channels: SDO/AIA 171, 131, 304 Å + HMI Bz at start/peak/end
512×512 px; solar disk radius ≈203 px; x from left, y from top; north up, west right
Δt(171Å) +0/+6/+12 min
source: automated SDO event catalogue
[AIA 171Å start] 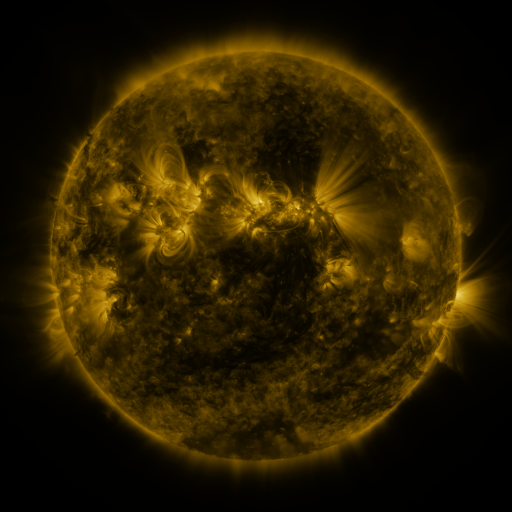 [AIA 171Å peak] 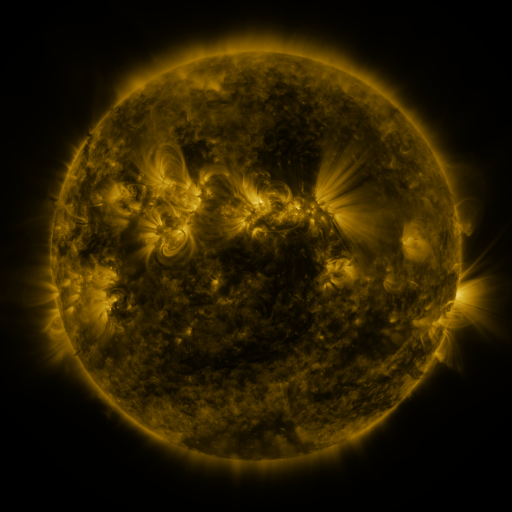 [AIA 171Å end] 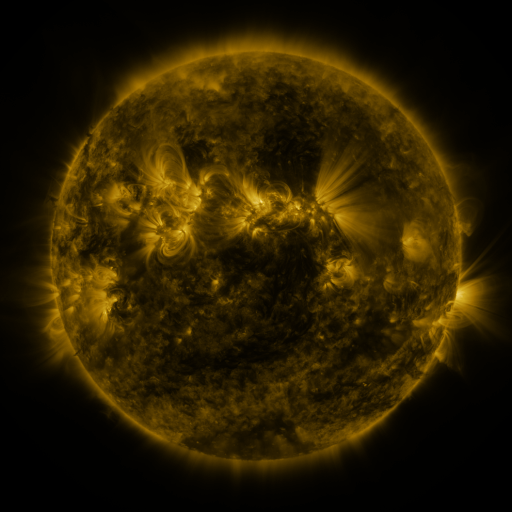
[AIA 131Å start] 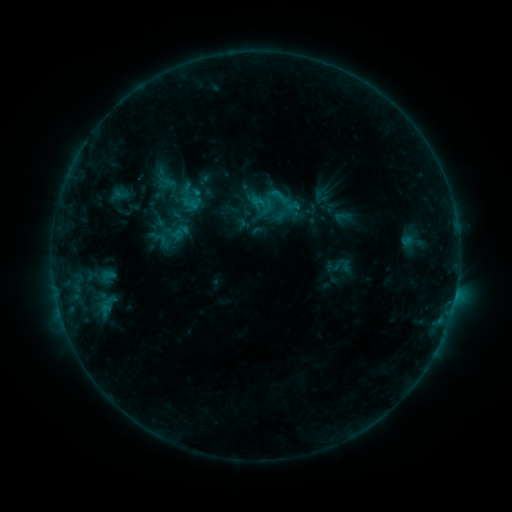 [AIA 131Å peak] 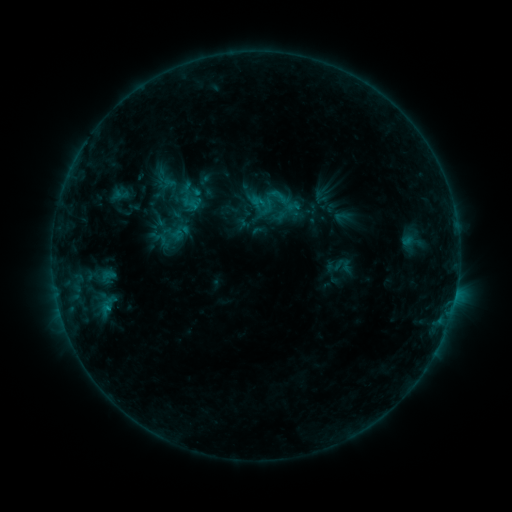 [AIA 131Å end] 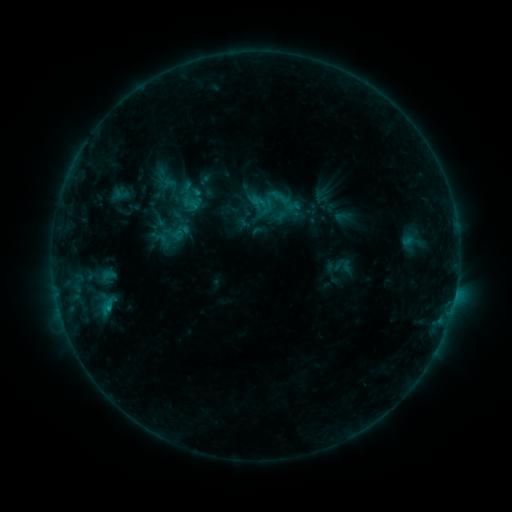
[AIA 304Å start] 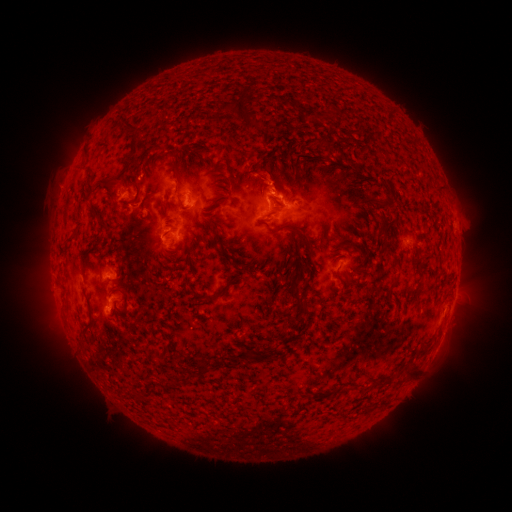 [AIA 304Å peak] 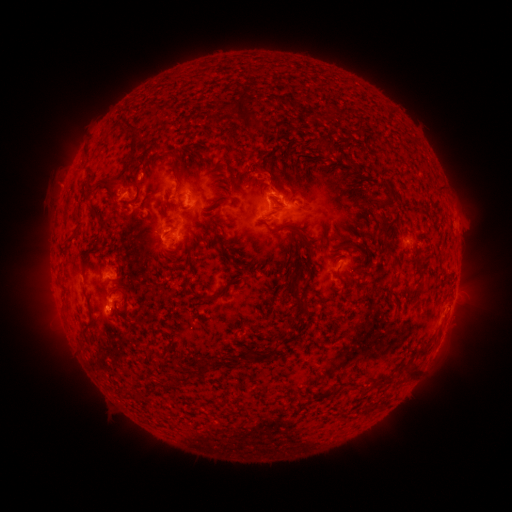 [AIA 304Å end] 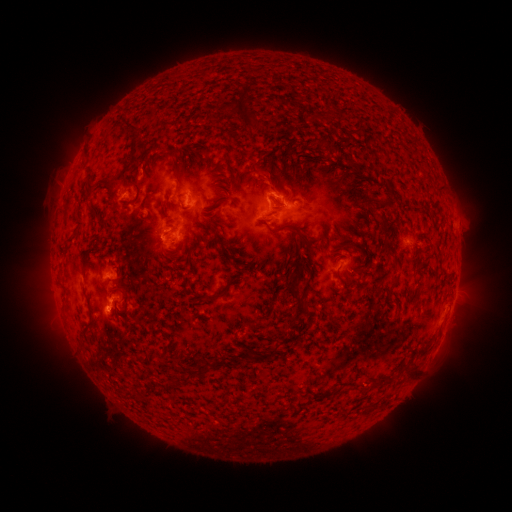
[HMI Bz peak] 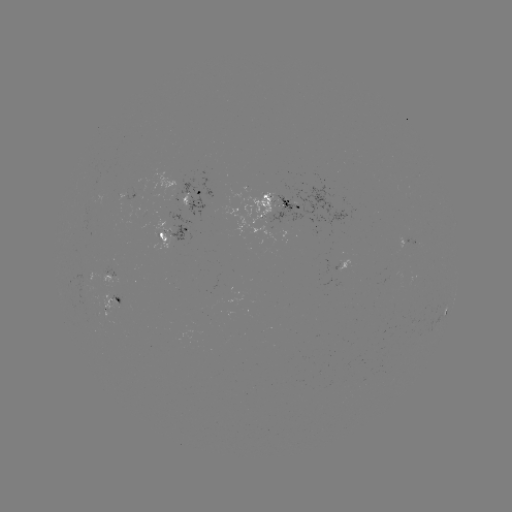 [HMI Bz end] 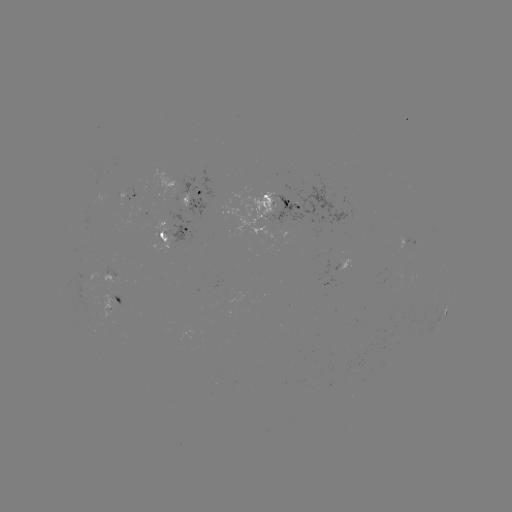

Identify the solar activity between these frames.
B7.0 flare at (455, 294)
